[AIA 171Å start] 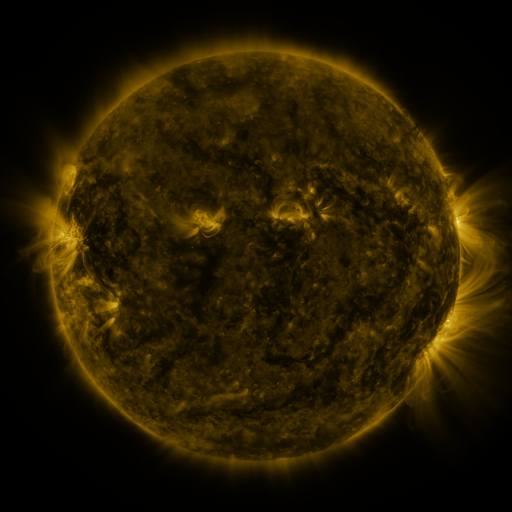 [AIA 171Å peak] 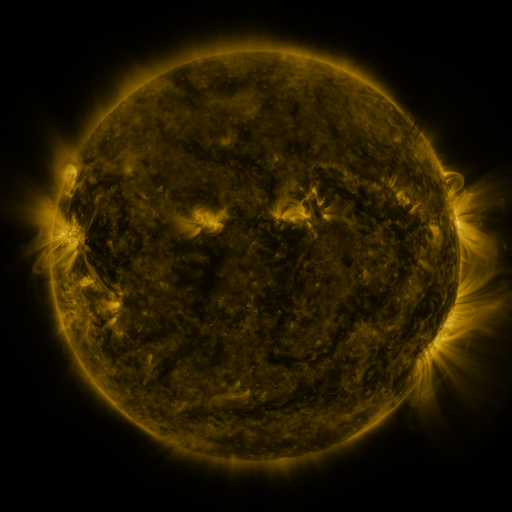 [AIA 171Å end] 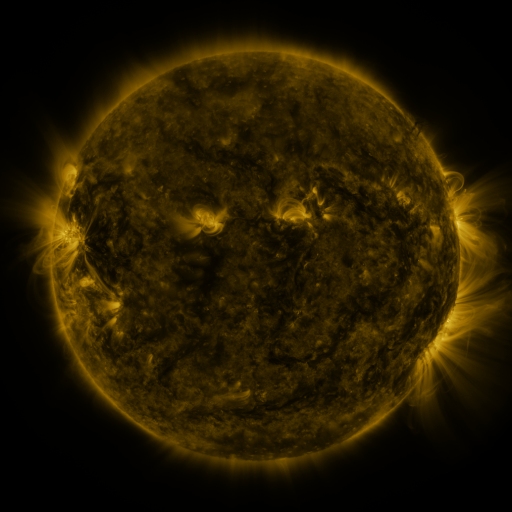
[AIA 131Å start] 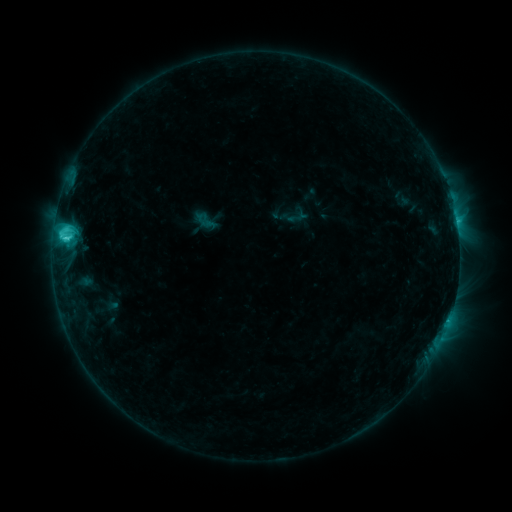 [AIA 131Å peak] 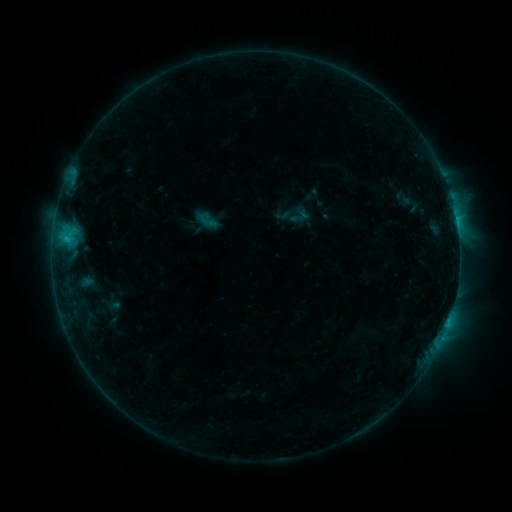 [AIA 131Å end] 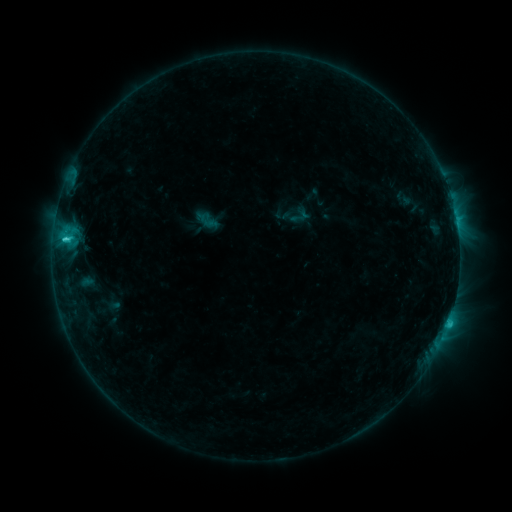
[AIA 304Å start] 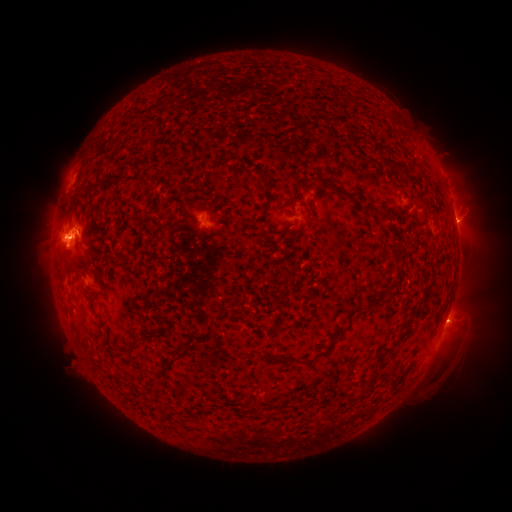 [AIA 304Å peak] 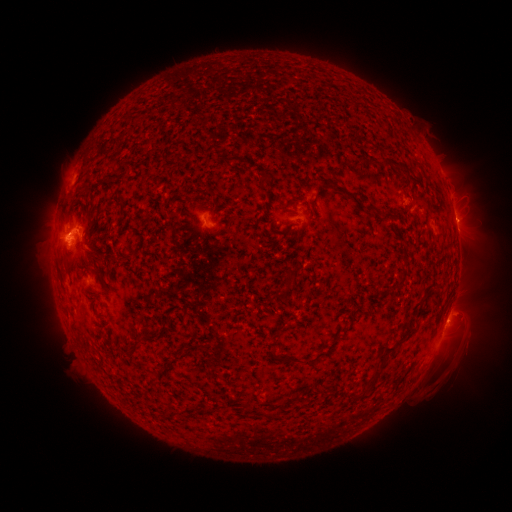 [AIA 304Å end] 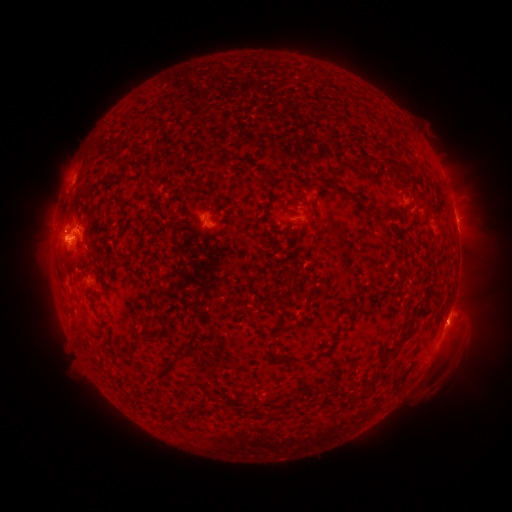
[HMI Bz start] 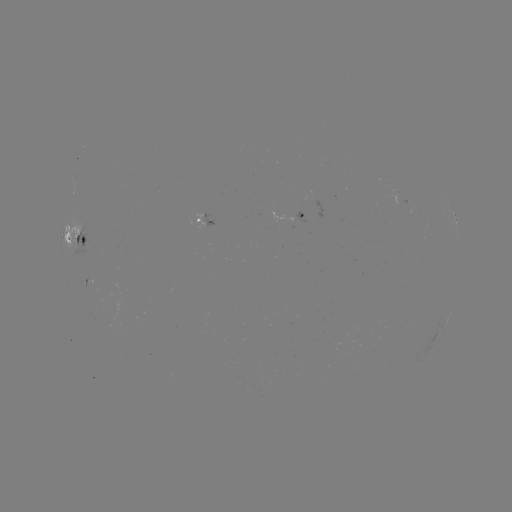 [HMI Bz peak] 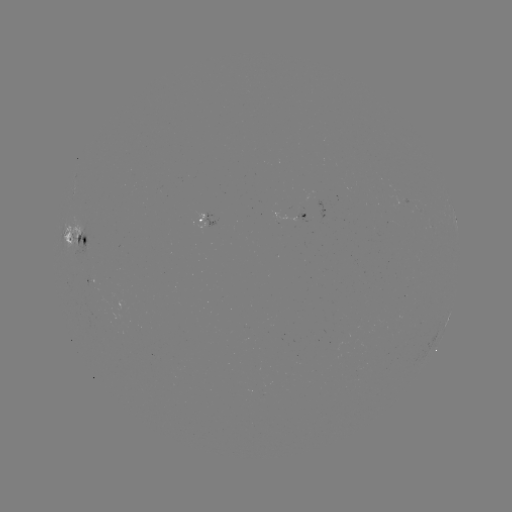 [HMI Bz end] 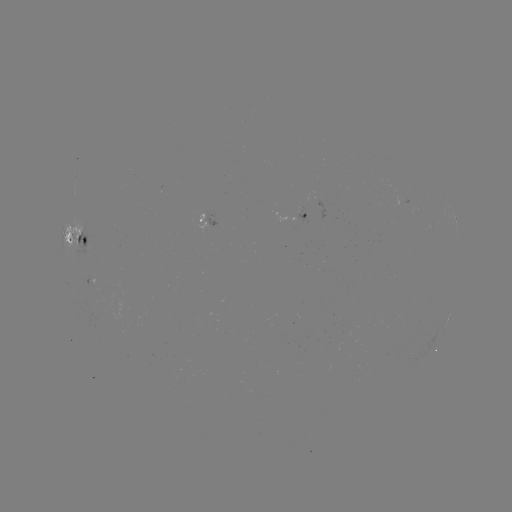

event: emerging-flux region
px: (304, 215)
